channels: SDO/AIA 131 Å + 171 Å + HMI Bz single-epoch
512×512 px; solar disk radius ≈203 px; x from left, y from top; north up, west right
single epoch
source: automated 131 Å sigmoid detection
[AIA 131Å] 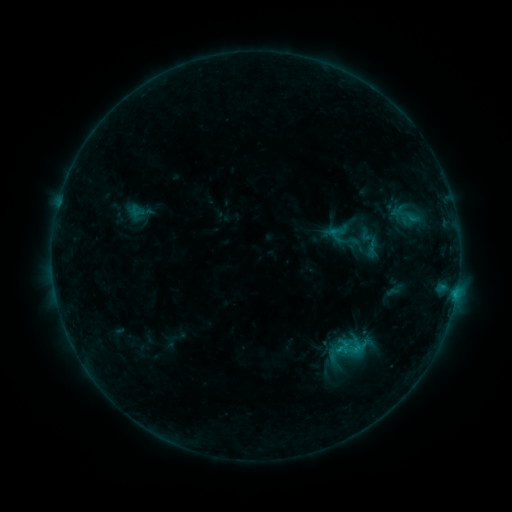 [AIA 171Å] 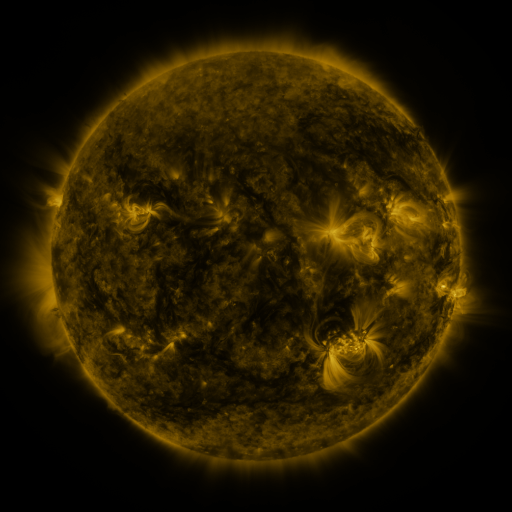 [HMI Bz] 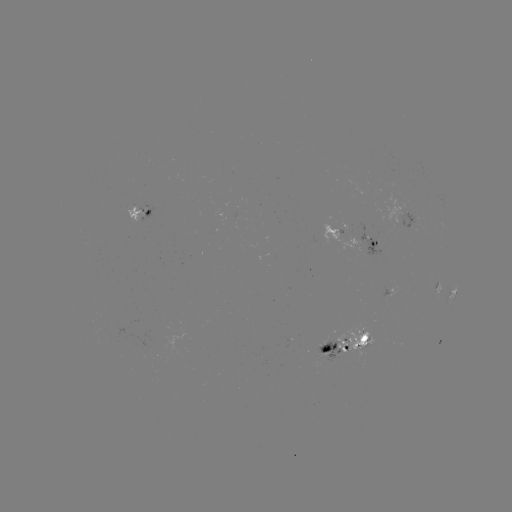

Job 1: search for sigmoid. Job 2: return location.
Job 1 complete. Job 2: [340, 233].